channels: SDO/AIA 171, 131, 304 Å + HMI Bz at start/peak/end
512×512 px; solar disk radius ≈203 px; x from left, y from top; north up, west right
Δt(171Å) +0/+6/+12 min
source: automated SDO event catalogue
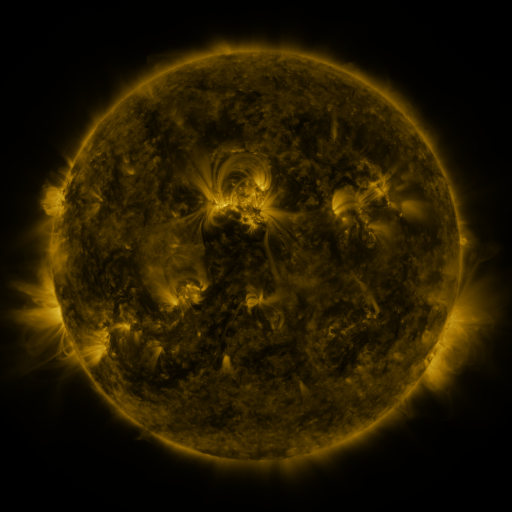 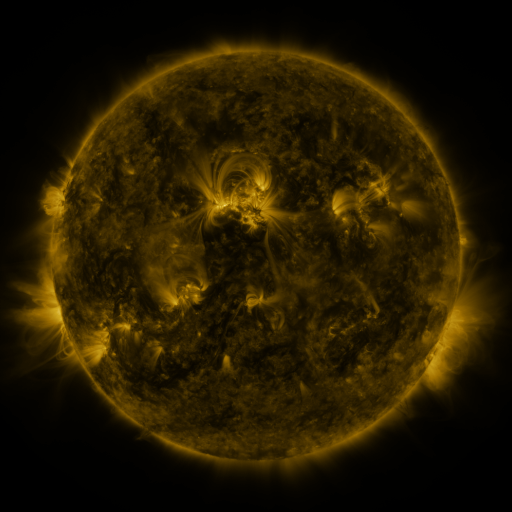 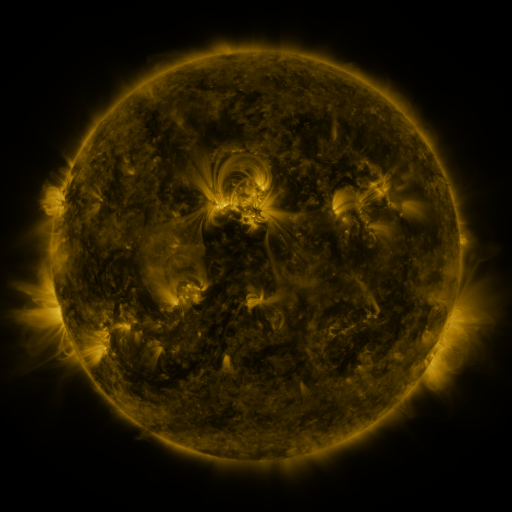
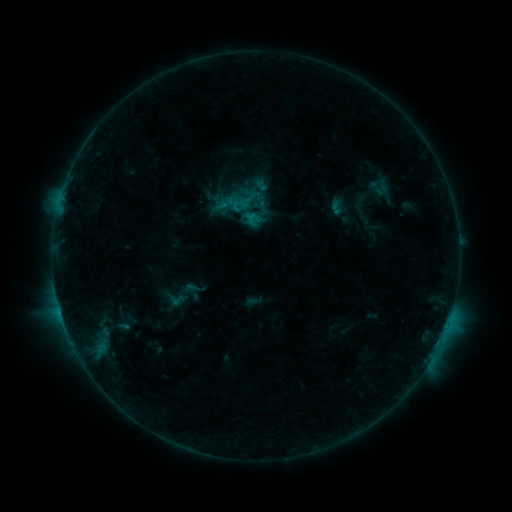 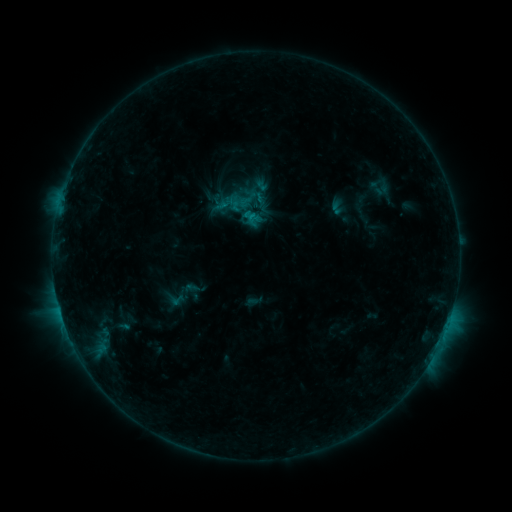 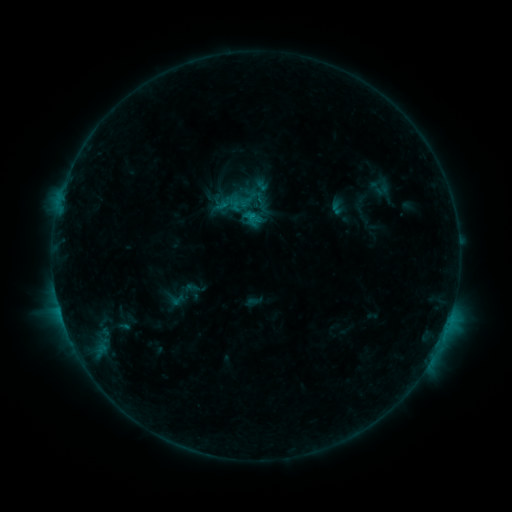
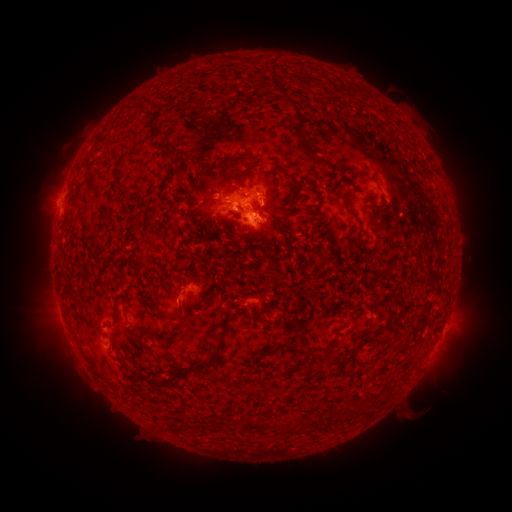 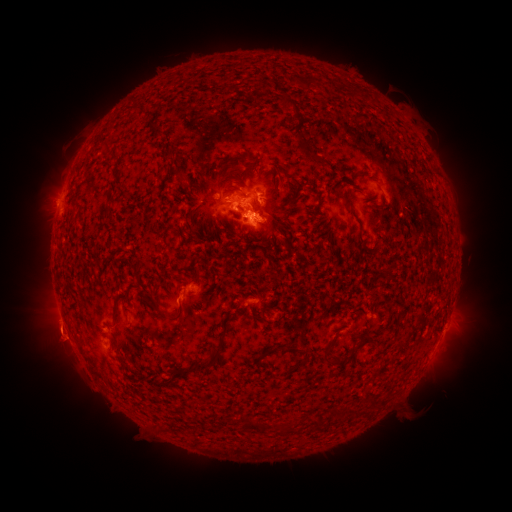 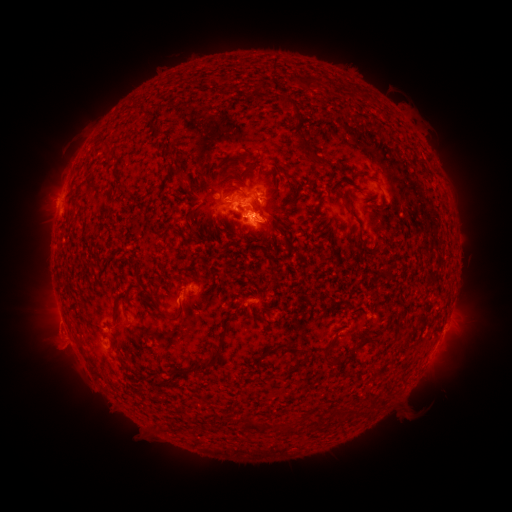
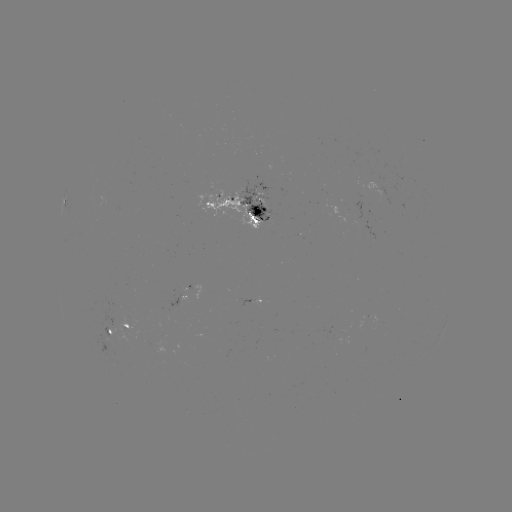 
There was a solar eruption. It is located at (63, 341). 